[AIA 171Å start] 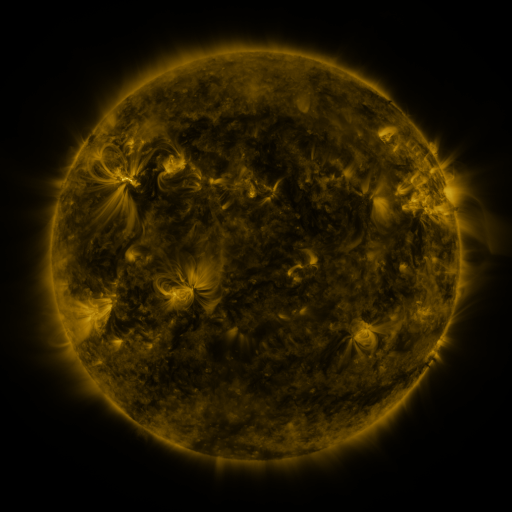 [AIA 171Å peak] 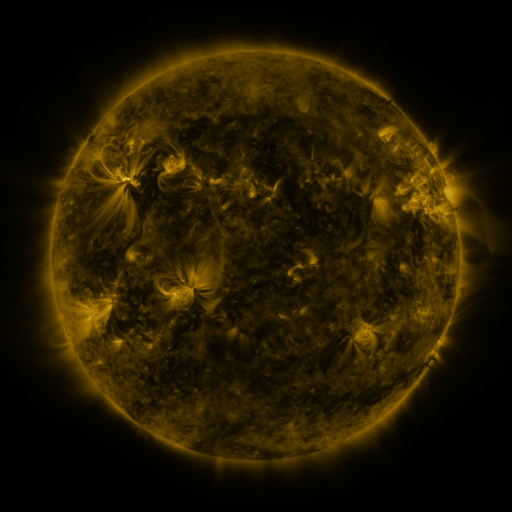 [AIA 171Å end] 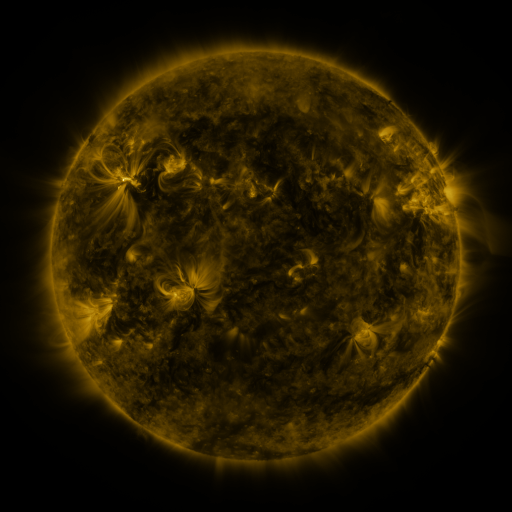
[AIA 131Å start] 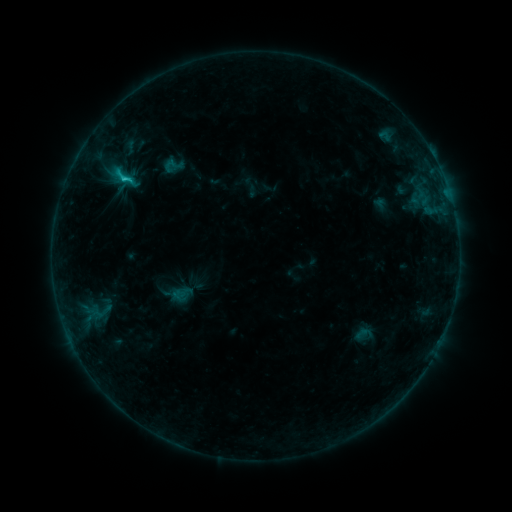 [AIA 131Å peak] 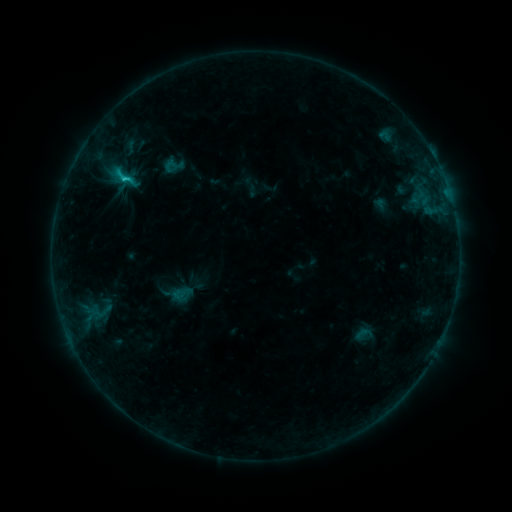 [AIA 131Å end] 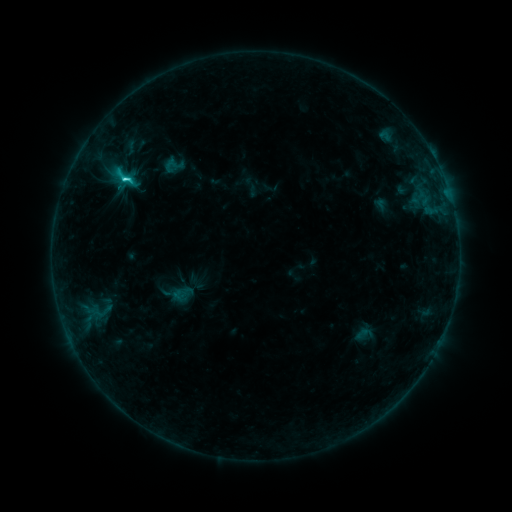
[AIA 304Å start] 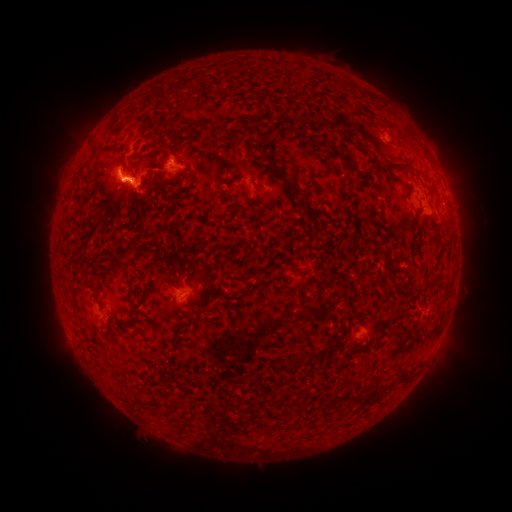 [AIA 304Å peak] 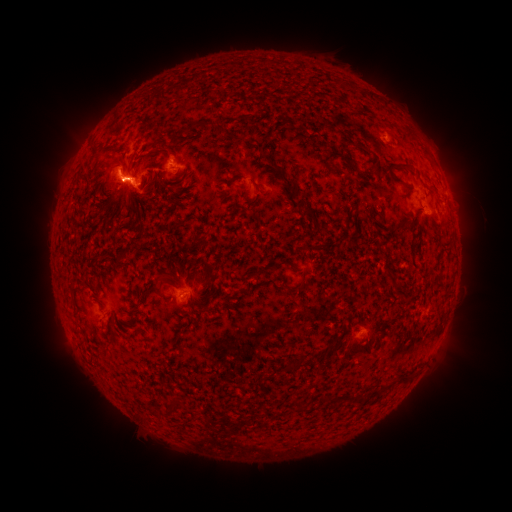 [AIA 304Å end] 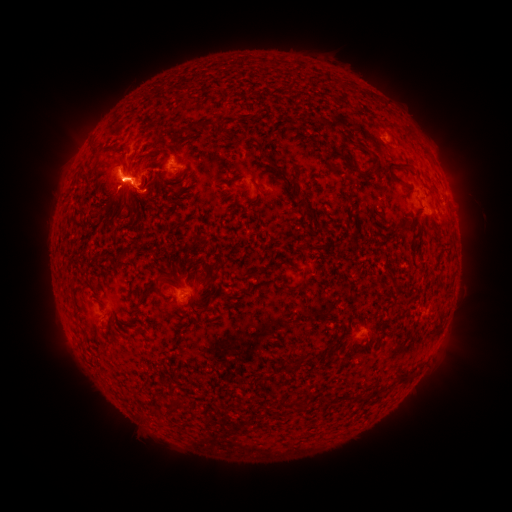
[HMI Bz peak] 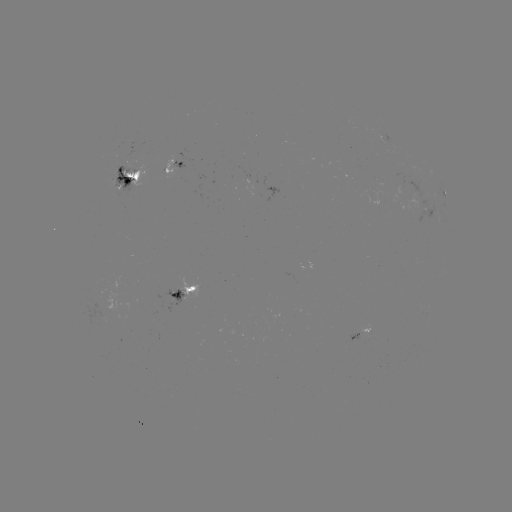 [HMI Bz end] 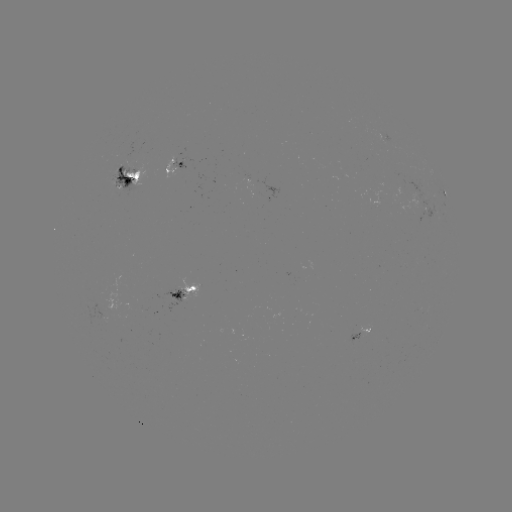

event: flare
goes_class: C3.5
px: (124, 181)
